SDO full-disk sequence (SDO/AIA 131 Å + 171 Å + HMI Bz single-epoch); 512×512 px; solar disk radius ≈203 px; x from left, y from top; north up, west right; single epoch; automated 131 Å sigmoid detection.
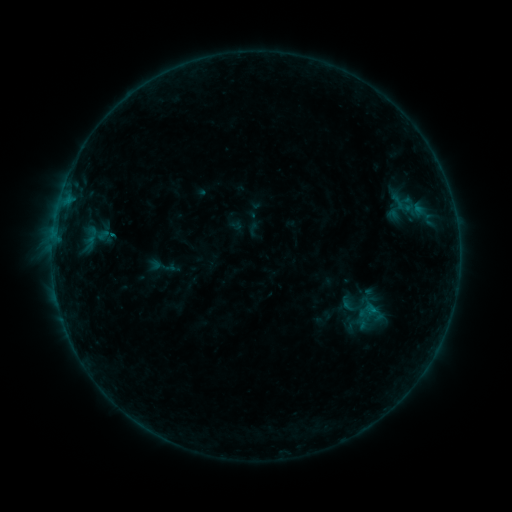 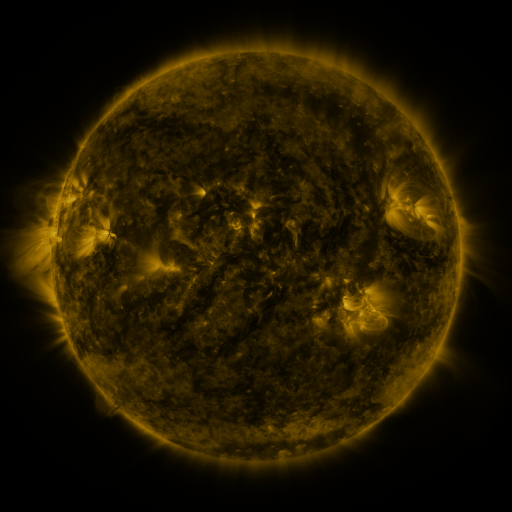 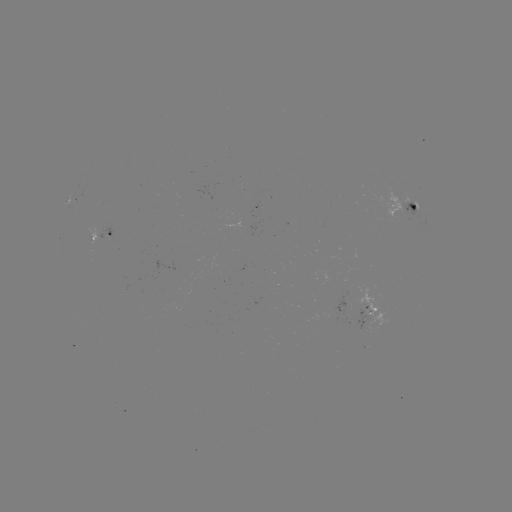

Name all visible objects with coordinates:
sigmoid: [386, 191, 409, 213]
sigmoid: [340, 294, 361, 317]
